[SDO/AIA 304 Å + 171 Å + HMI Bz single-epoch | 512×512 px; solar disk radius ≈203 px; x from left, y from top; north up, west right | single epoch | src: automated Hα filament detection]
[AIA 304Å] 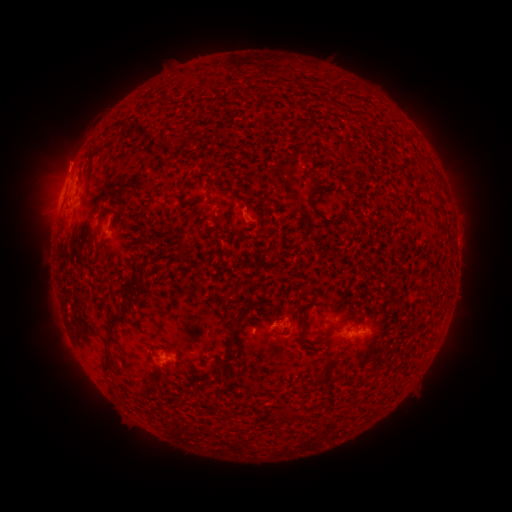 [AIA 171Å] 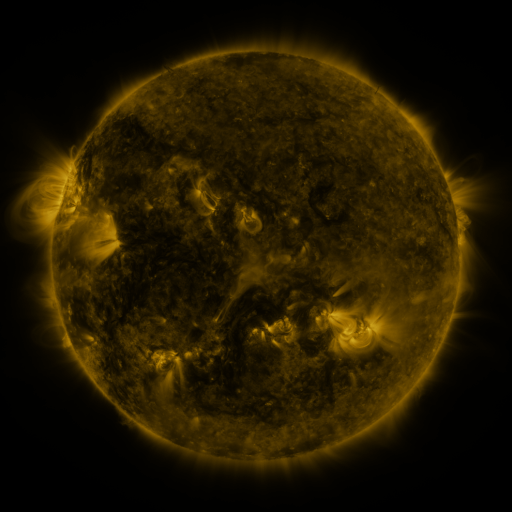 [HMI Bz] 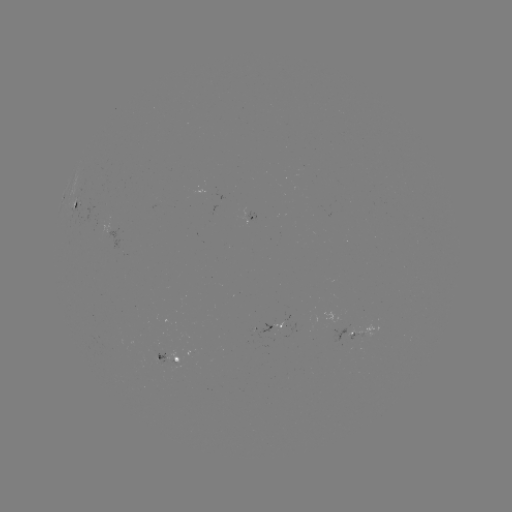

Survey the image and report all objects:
filament: <bbox>308, 174, 318, 190</bbox>
filament: <bbox>236, 183, 248, 207</bbox>
filament: <bbox>308, 196, 317, 210</bbox>
filament: <bbox>432, 200, 444, 215</bbox>
filament: <bbox>225, 204, 235, 228</bbox>
filament: <bbox>127, 274, 140, 287</bbox>
filament: <bbox>118, 288, 130, 298</bbox>
filament: <bbox>223, 308, 249, 335</bbox>
filament: <bbox>103, 311, 125, 343</bbox>
filament: <bbox>299, 322, 306, 333</bbox>
filament: <bbox>312, 336, 324, 344</bbox>
filament: <bbox>218, 346, 233, 366</bbox>
filament: <bbox>100, 348, 113, 372</bbox>
